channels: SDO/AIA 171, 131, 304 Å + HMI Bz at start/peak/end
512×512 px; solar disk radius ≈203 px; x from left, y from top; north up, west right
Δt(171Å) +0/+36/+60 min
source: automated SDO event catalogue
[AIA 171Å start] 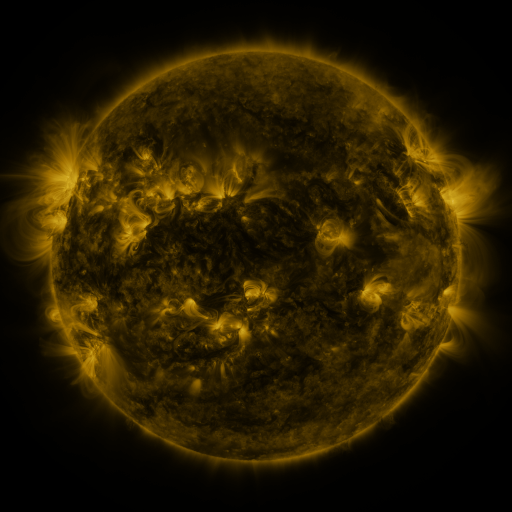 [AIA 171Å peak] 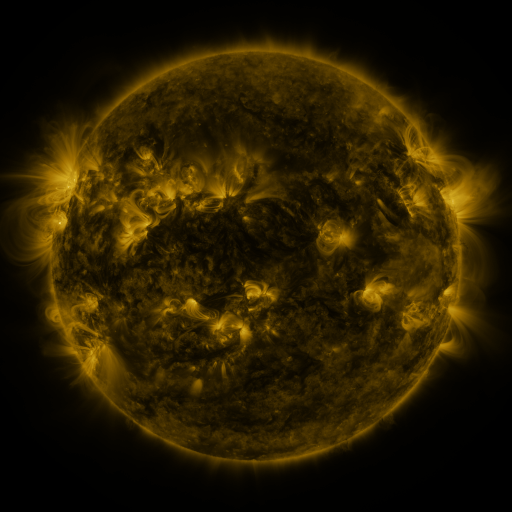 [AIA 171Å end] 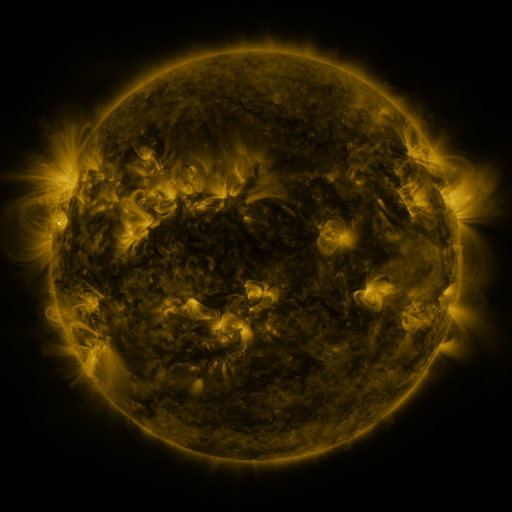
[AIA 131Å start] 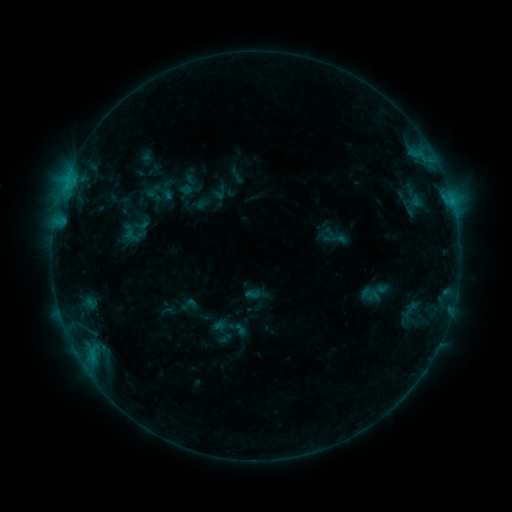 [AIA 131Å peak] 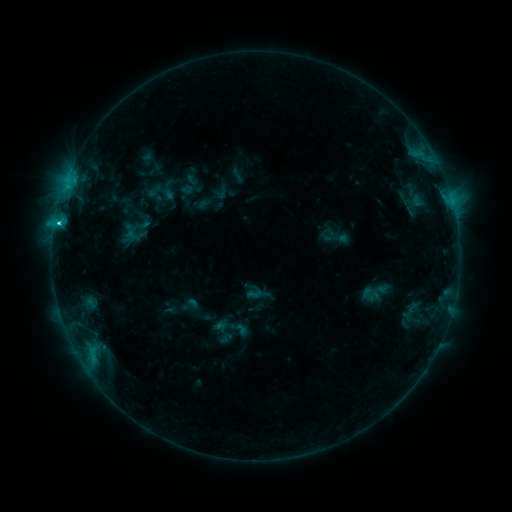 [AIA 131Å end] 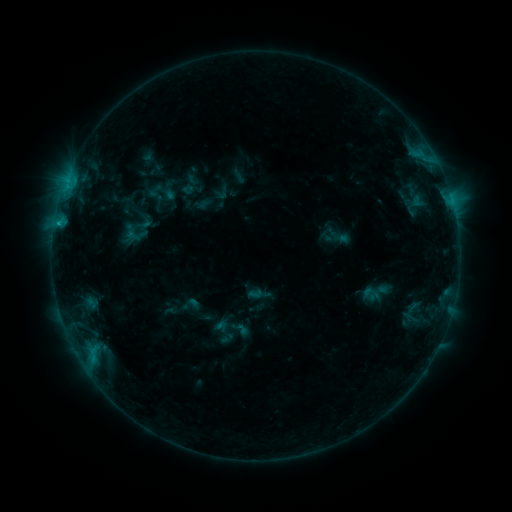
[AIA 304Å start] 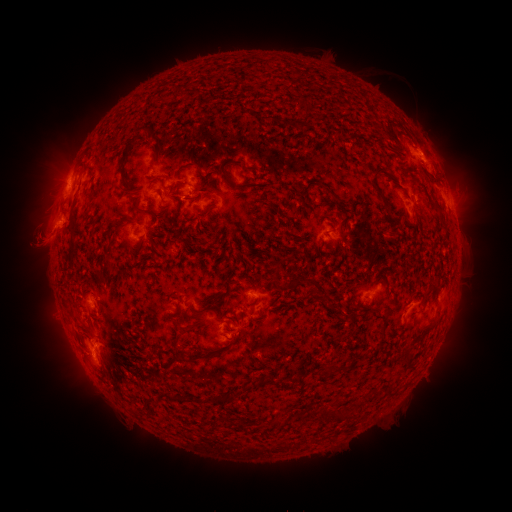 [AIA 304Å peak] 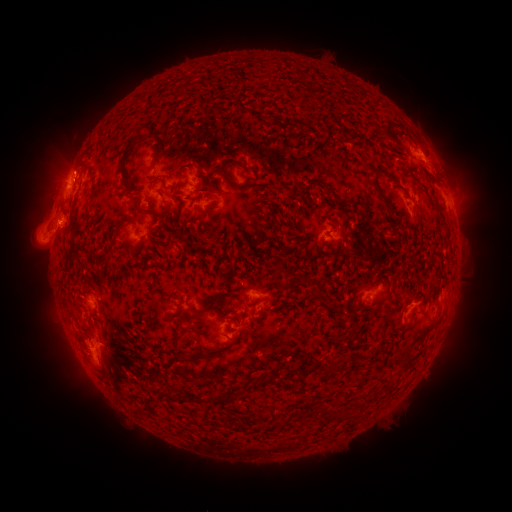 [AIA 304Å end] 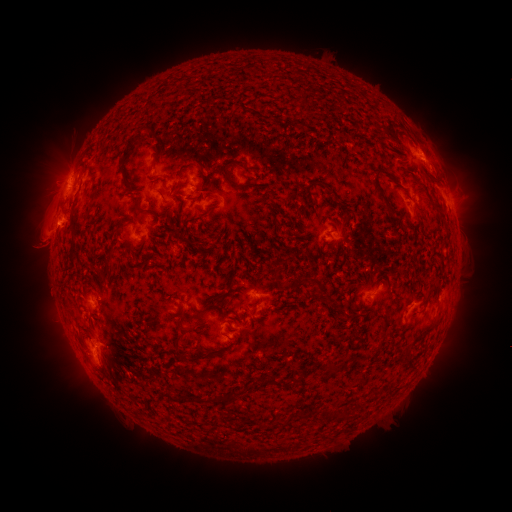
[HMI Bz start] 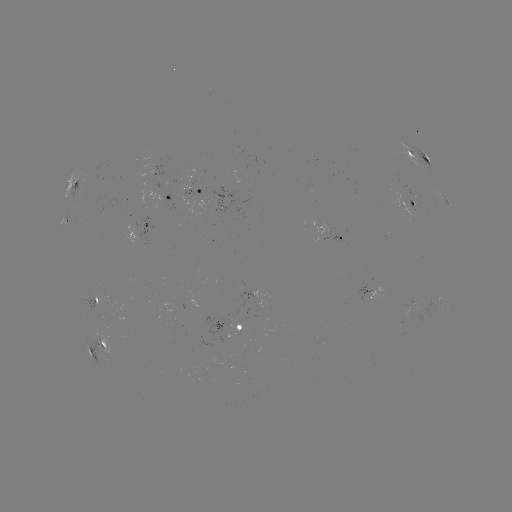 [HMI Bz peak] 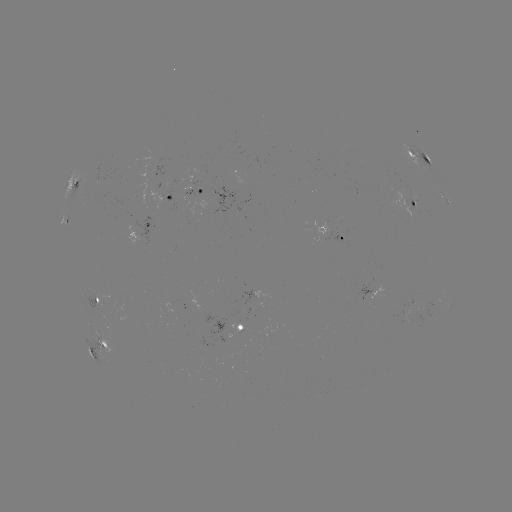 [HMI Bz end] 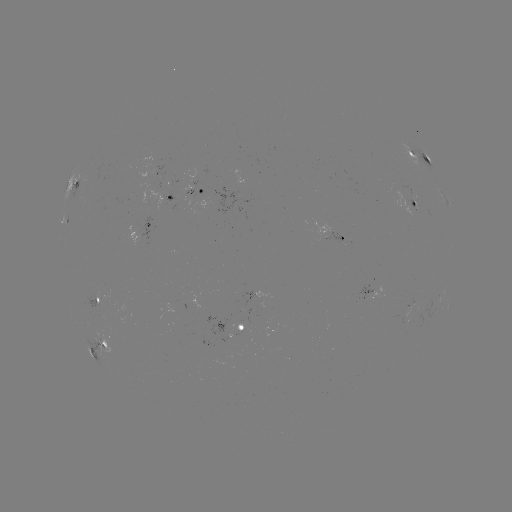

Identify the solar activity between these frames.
C1.9 flare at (59, 225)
